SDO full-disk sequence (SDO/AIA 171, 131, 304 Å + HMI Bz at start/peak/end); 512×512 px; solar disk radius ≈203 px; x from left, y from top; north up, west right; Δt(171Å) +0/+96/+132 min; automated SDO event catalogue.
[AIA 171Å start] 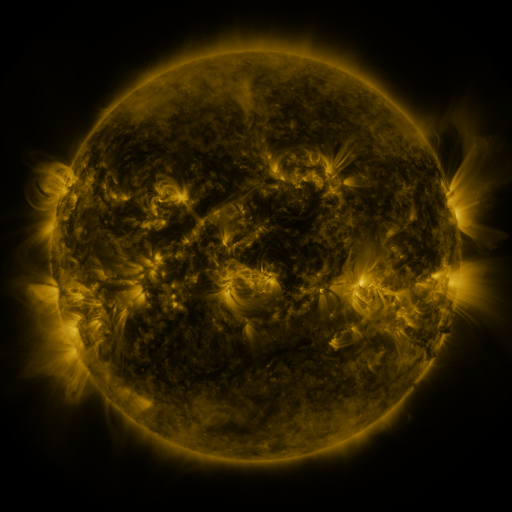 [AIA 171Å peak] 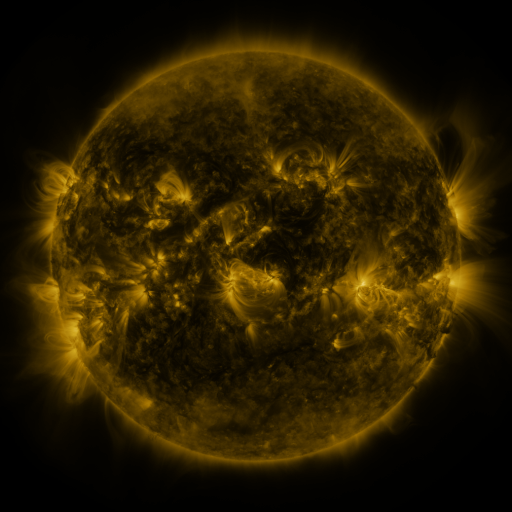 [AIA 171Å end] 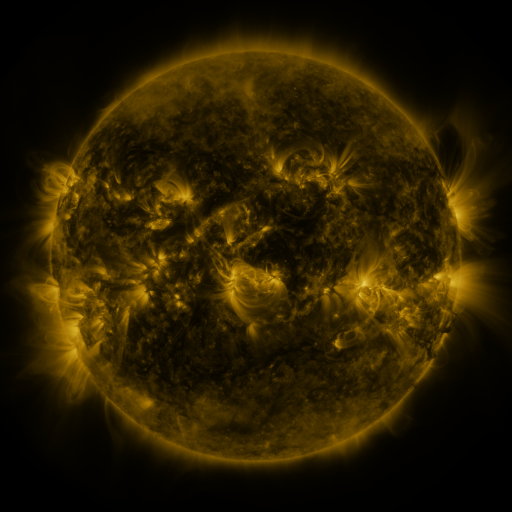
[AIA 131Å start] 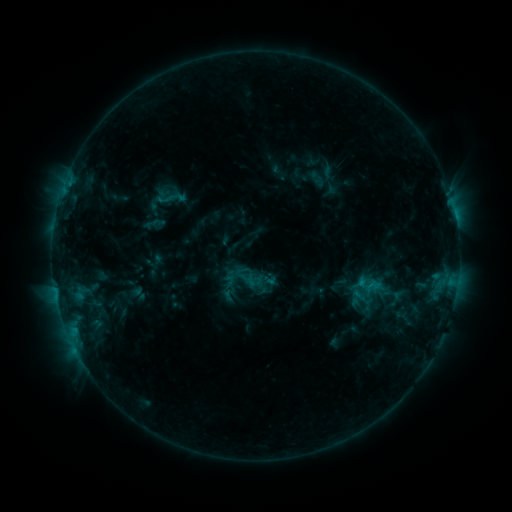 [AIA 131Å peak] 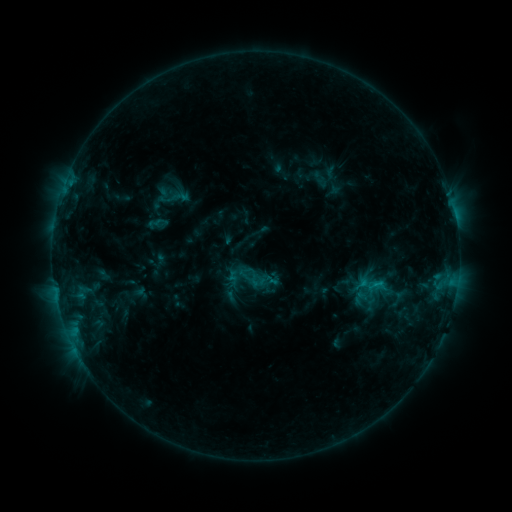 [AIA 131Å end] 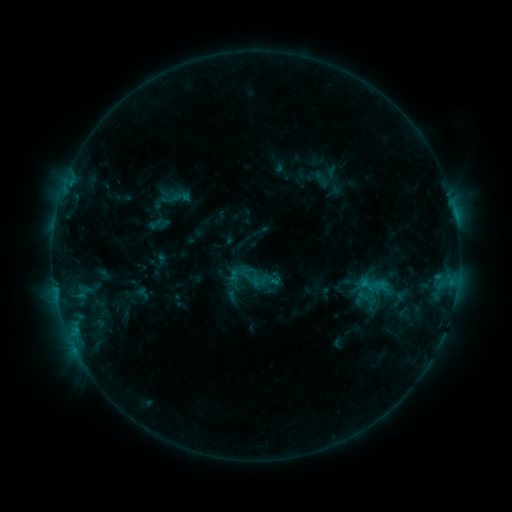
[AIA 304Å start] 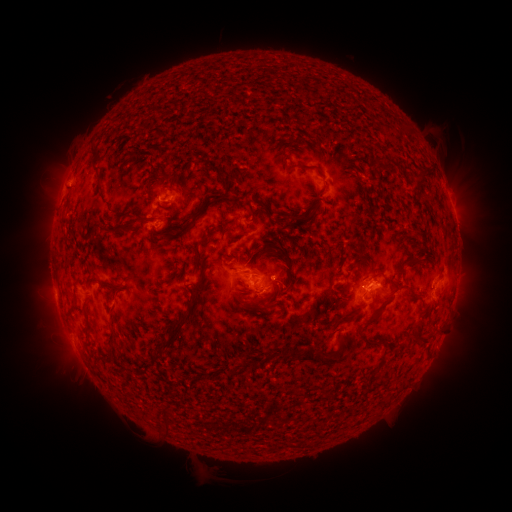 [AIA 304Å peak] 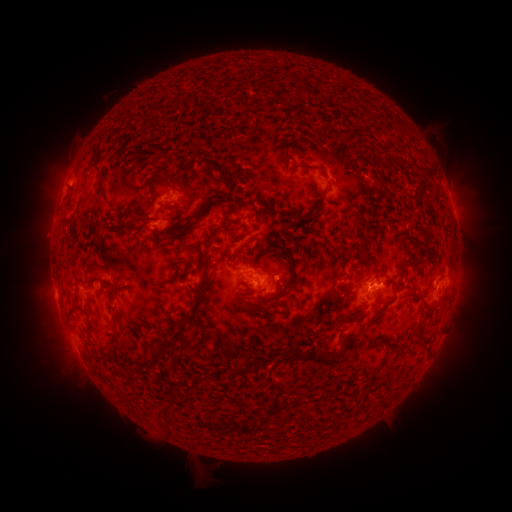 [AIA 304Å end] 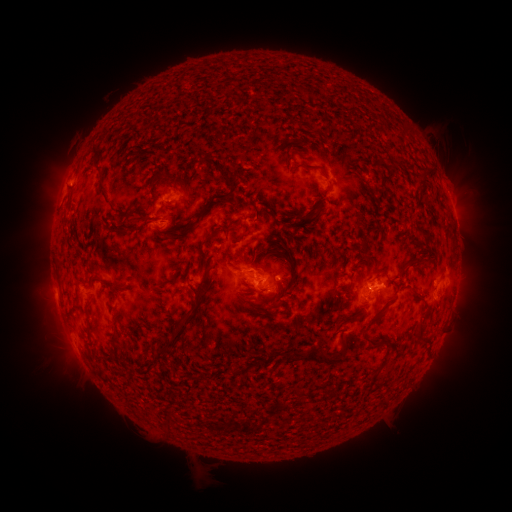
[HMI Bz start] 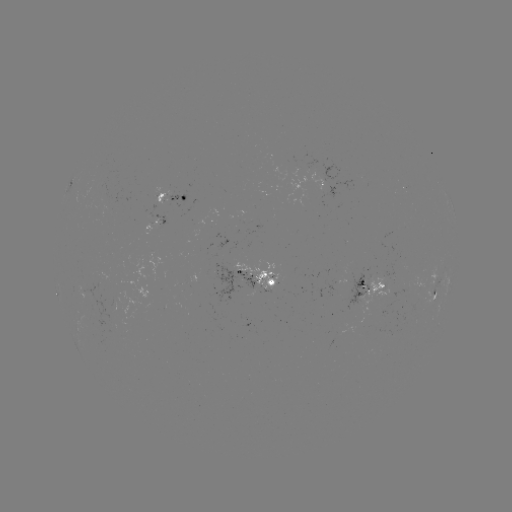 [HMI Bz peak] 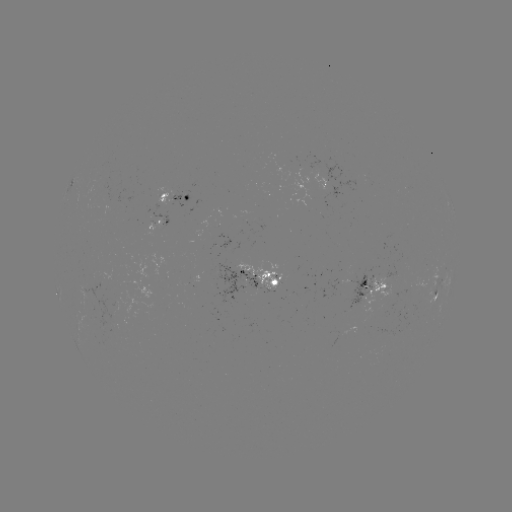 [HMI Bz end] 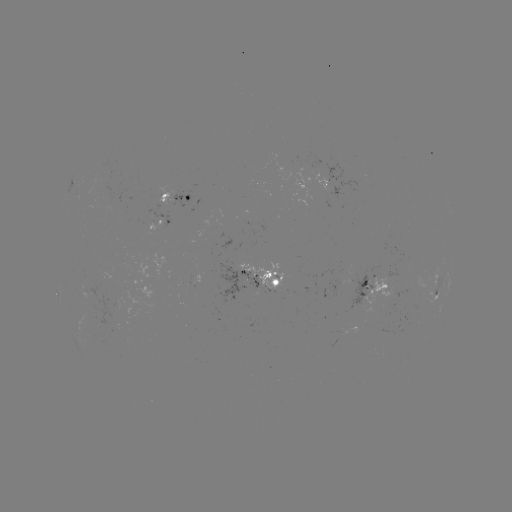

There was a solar emerging-flux region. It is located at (245, 287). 